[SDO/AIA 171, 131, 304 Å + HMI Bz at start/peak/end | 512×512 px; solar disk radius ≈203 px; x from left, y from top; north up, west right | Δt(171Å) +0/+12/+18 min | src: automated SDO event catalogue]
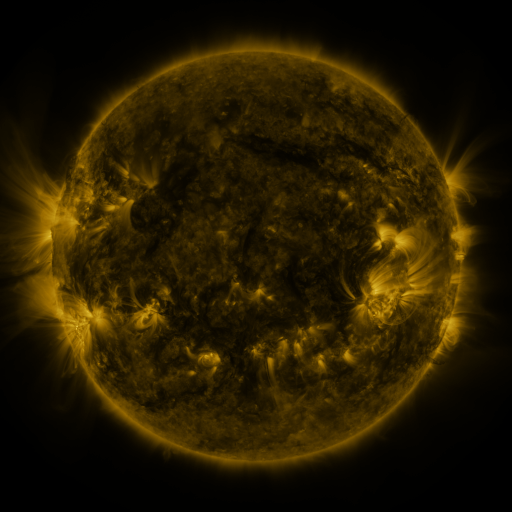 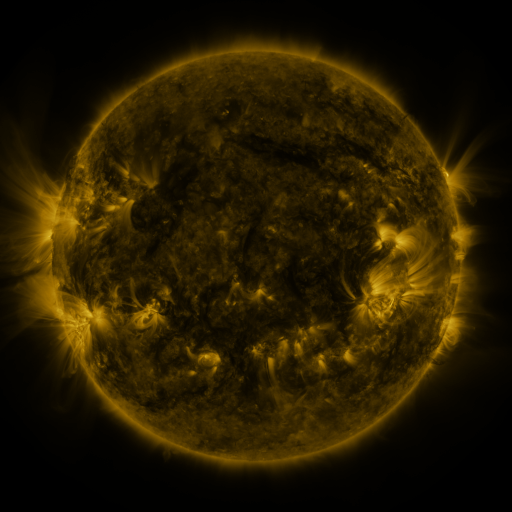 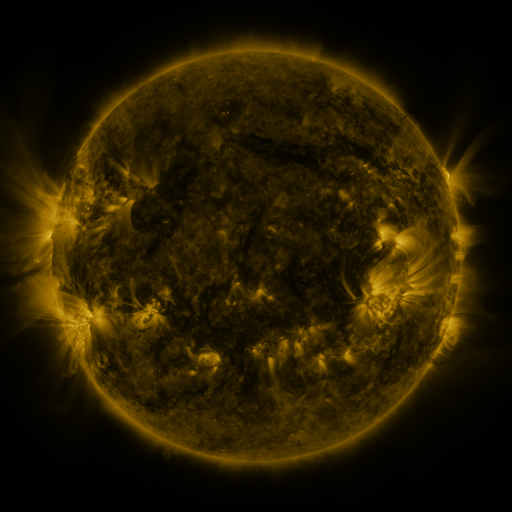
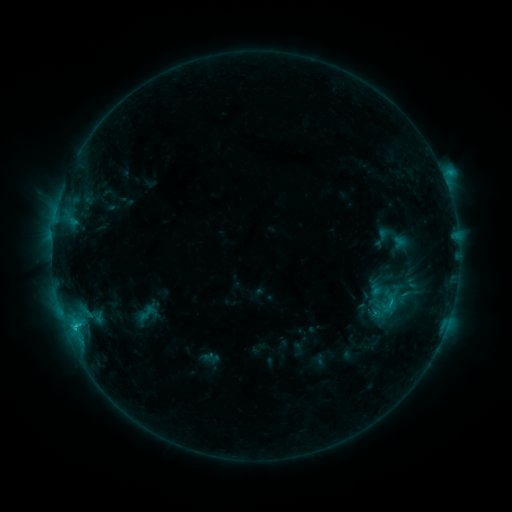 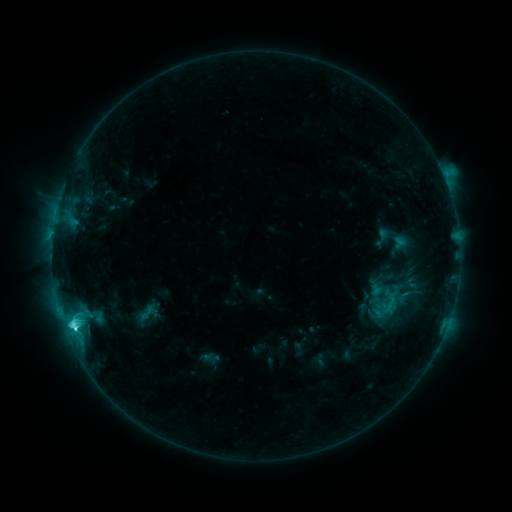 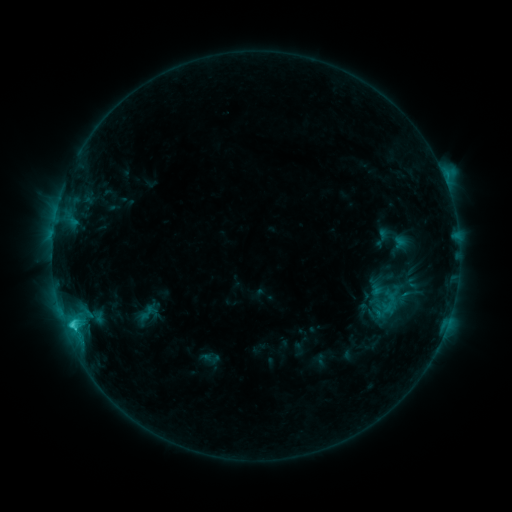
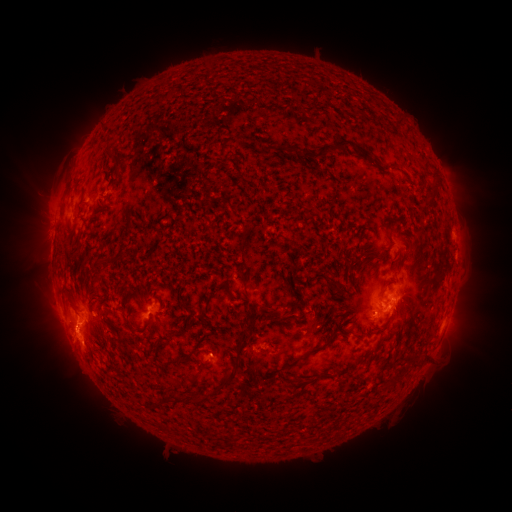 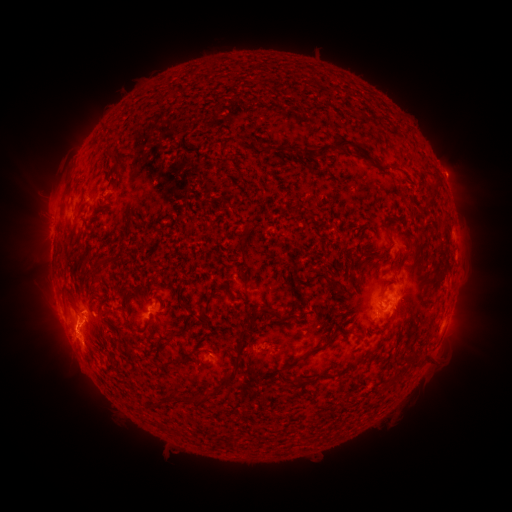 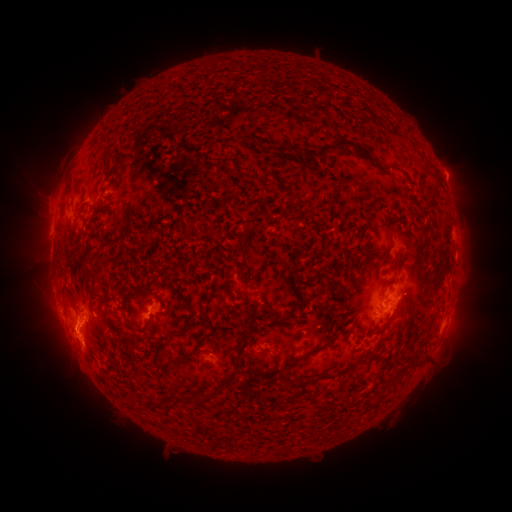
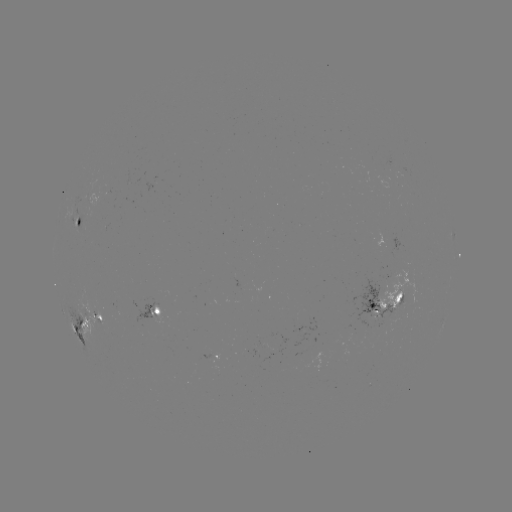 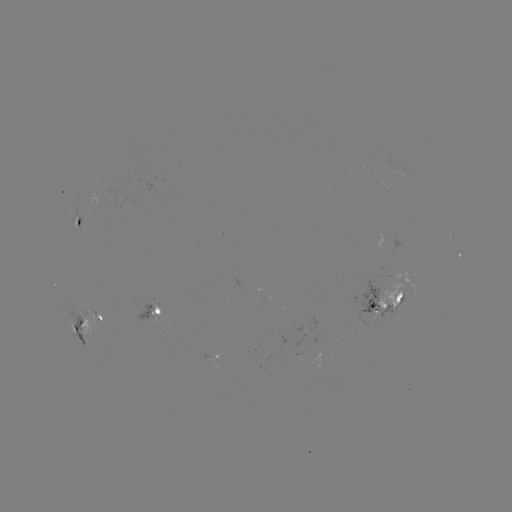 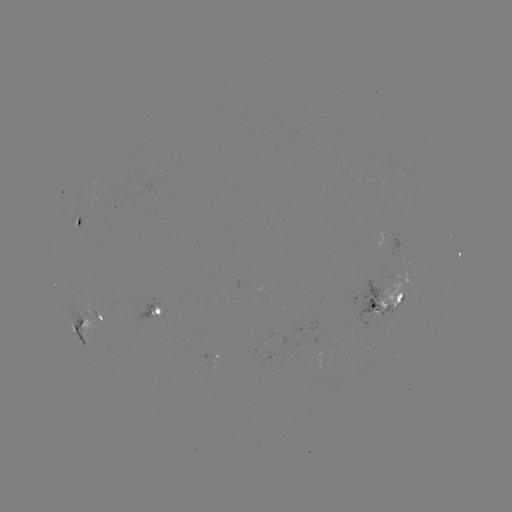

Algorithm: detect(C4.3 flare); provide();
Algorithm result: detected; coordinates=(74, 325)